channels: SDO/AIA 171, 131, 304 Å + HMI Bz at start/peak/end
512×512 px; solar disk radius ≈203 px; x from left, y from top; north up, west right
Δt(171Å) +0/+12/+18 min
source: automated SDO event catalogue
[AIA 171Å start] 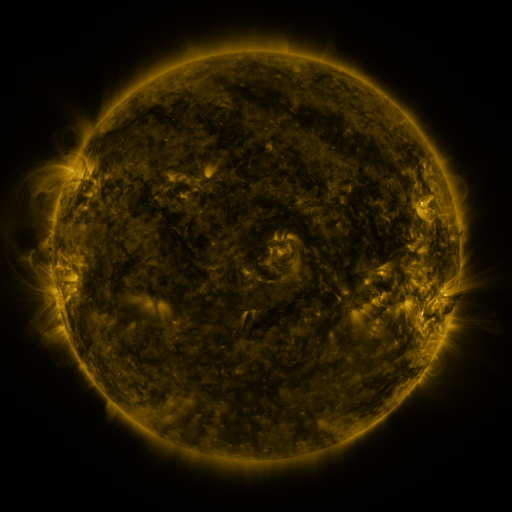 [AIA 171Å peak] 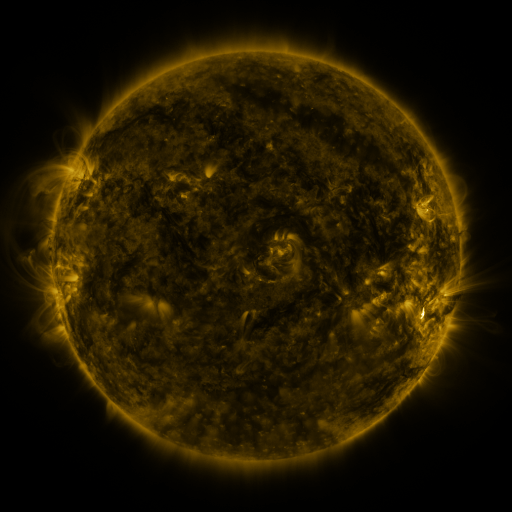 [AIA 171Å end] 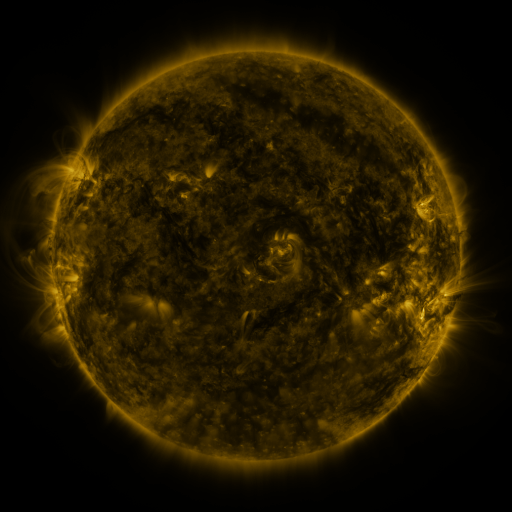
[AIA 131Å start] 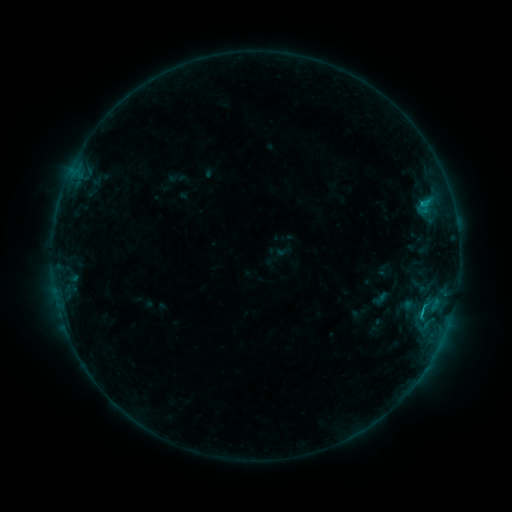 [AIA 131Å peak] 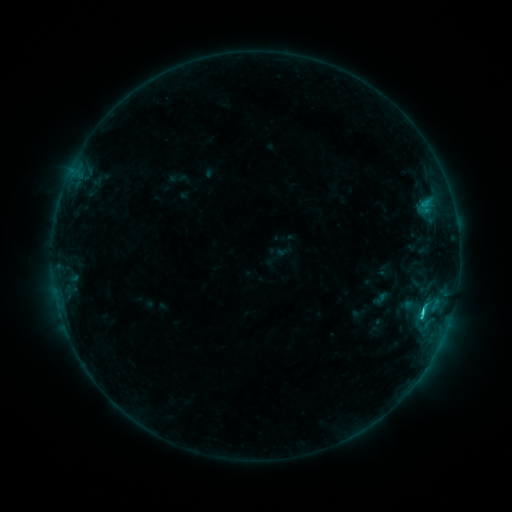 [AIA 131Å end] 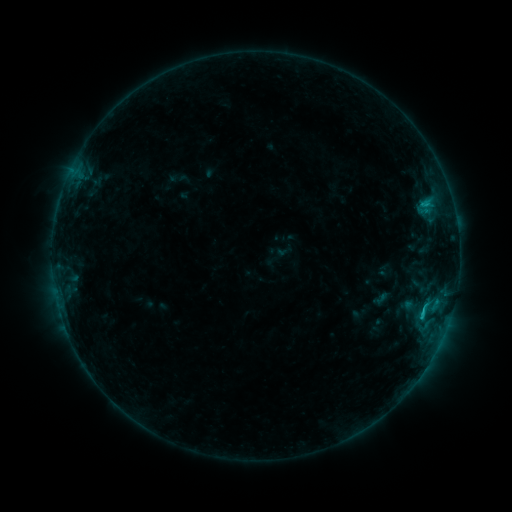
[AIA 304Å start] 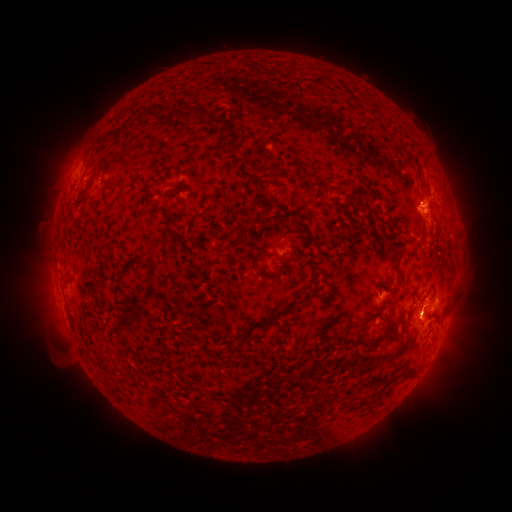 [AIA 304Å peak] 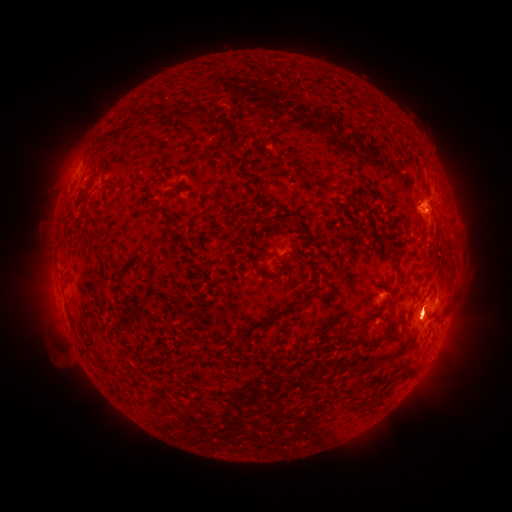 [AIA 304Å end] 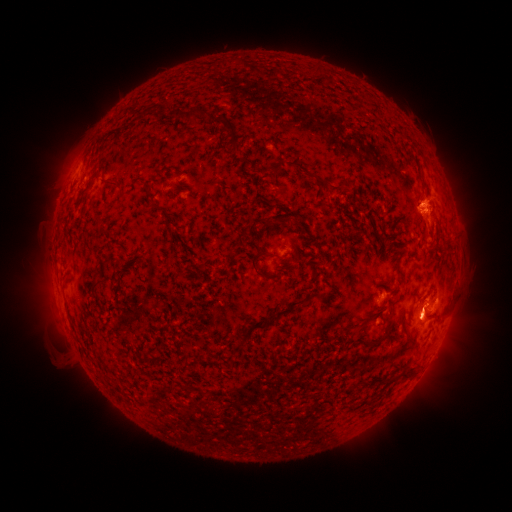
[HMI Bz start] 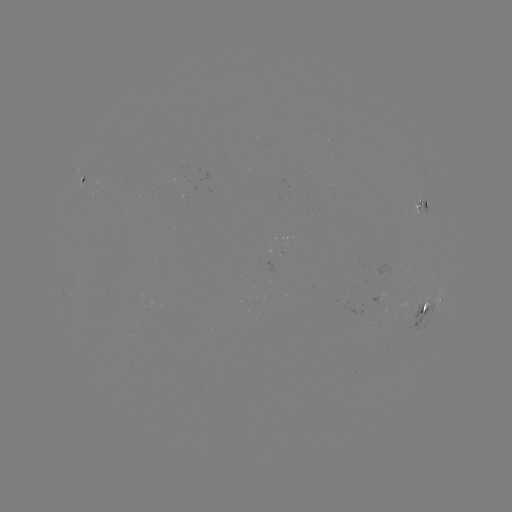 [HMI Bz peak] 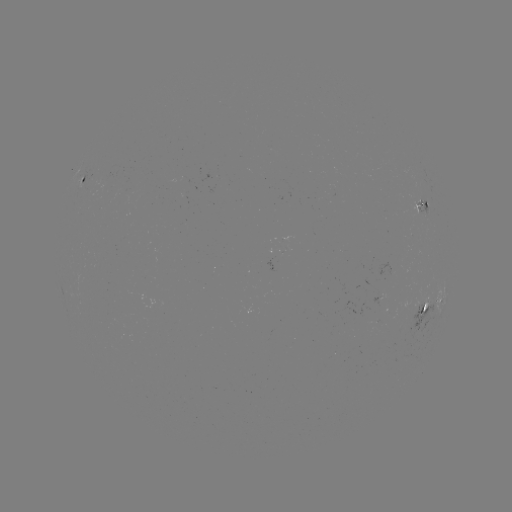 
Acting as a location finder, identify C1.7 flare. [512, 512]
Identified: [422, 309].